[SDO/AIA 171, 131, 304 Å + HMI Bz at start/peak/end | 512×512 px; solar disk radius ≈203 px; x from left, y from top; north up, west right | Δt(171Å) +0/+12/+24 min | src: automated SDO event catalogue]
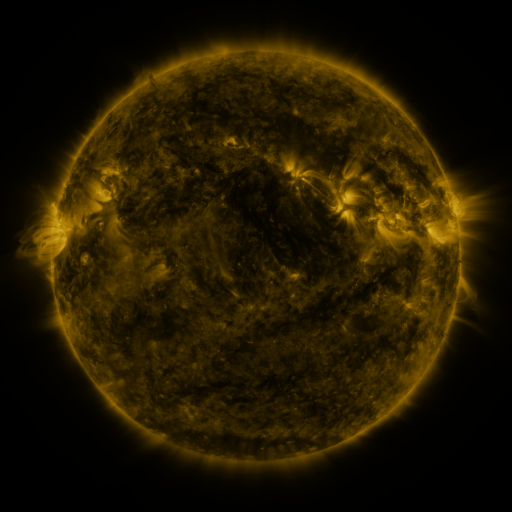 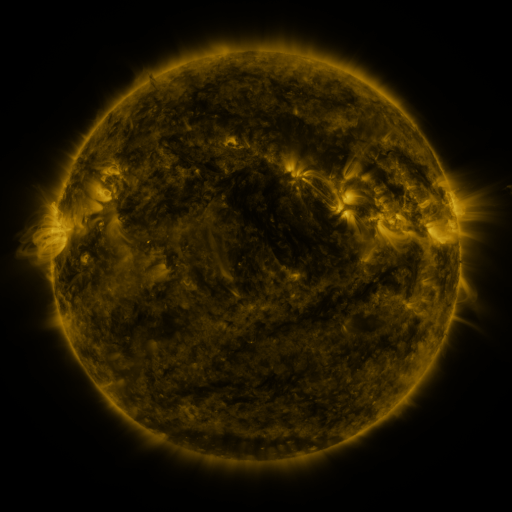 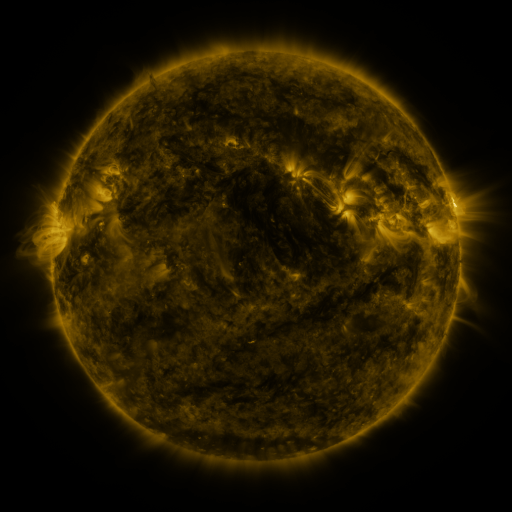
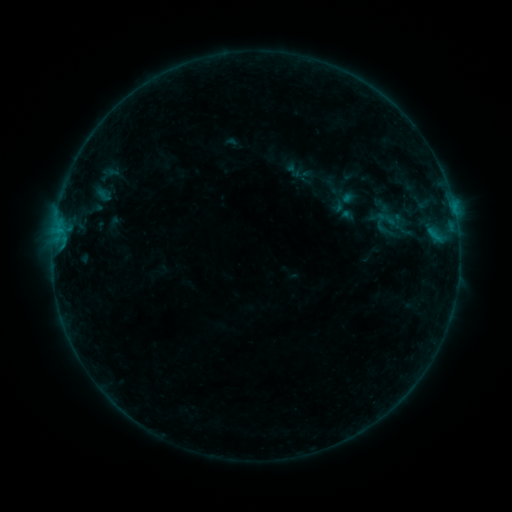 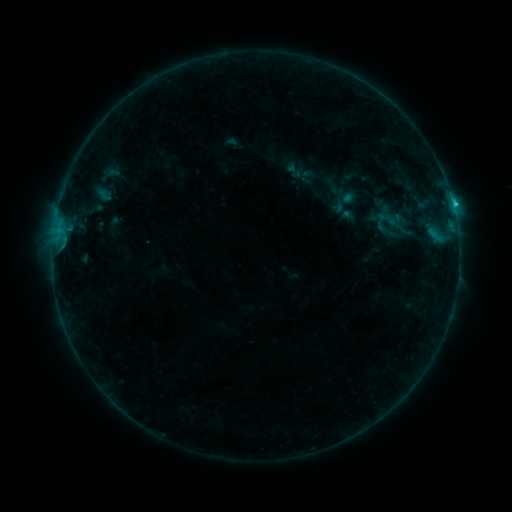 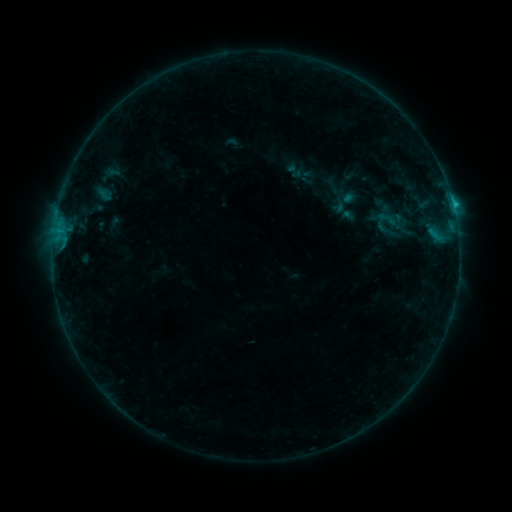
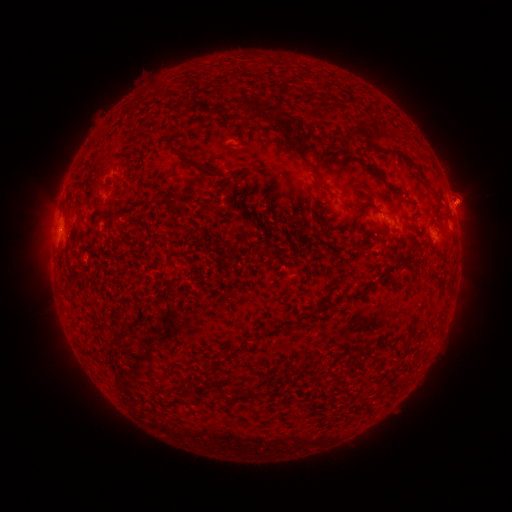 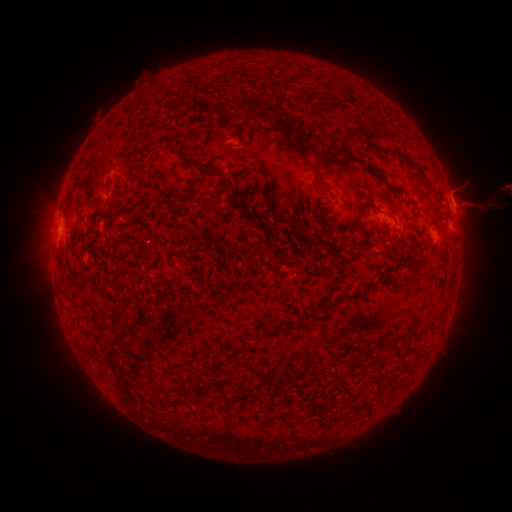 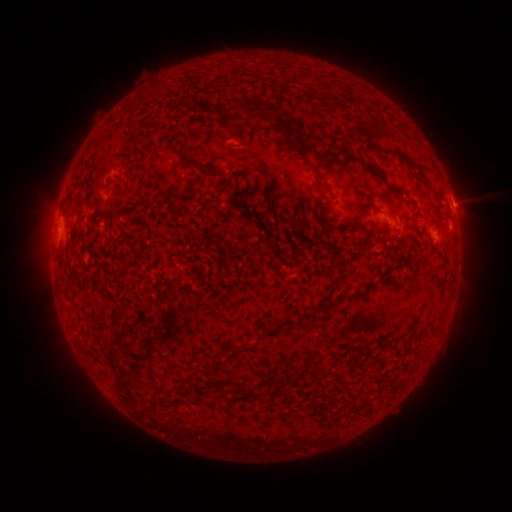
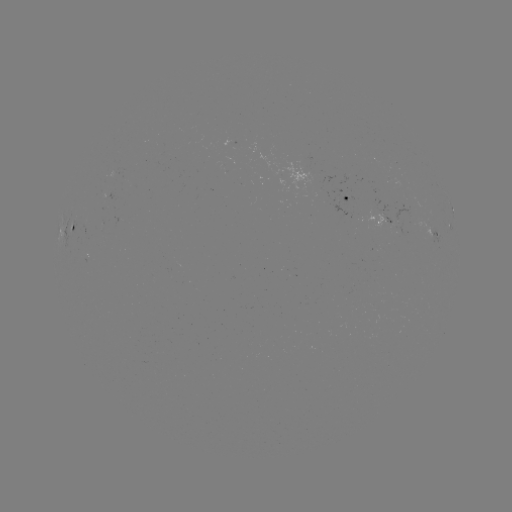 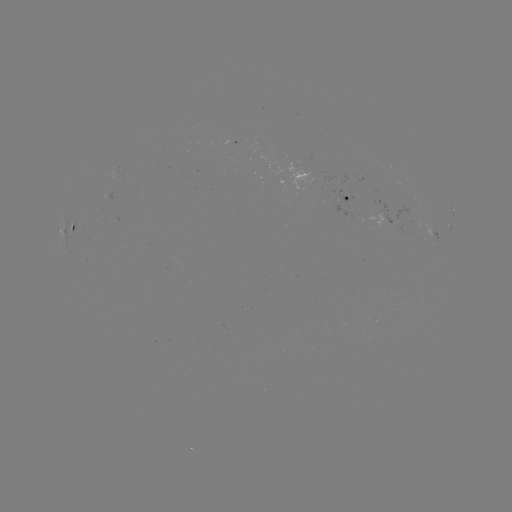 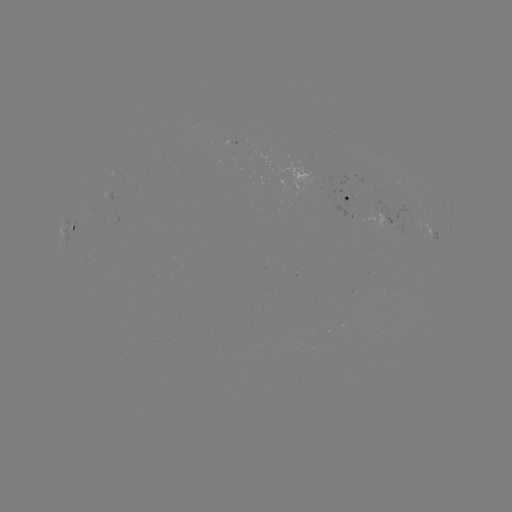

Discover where B8.4 flare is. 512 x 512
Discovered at (452, 205).